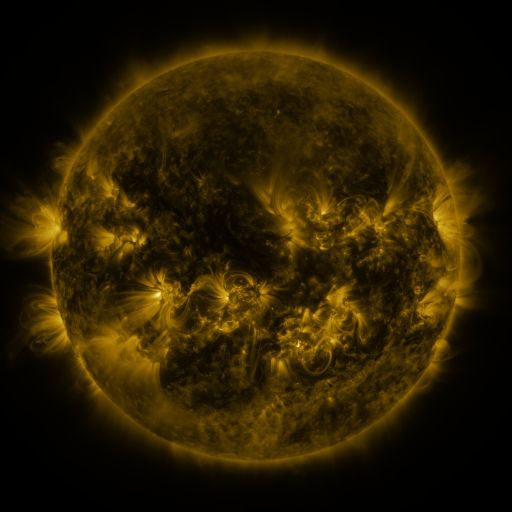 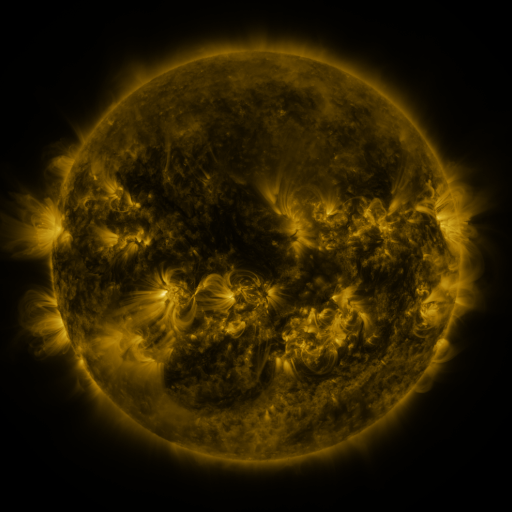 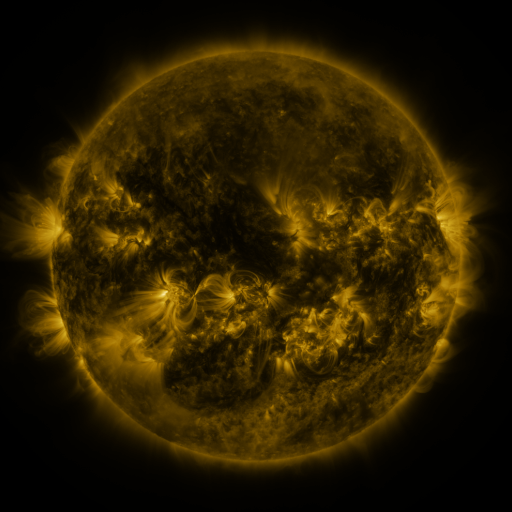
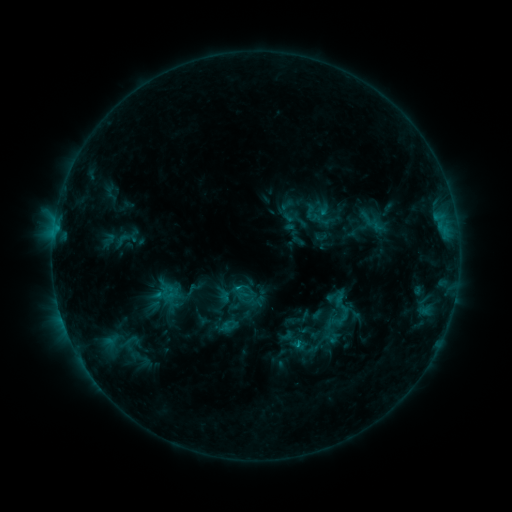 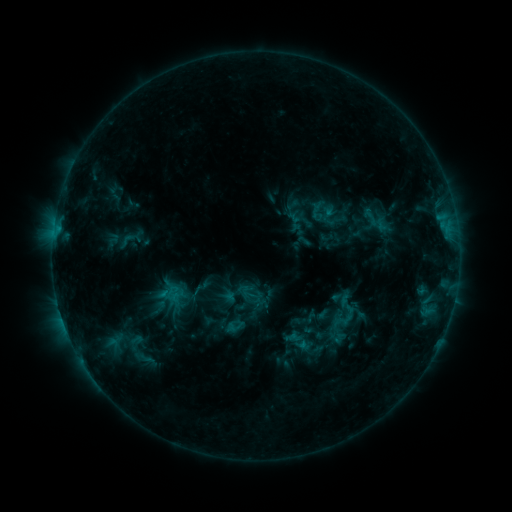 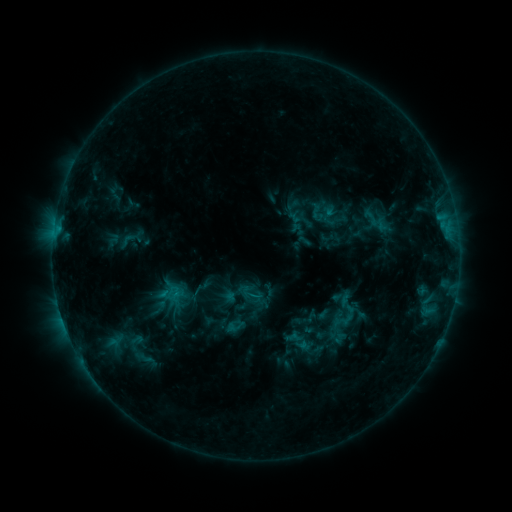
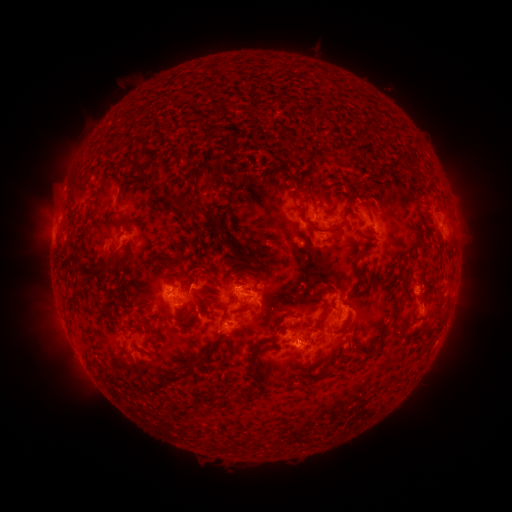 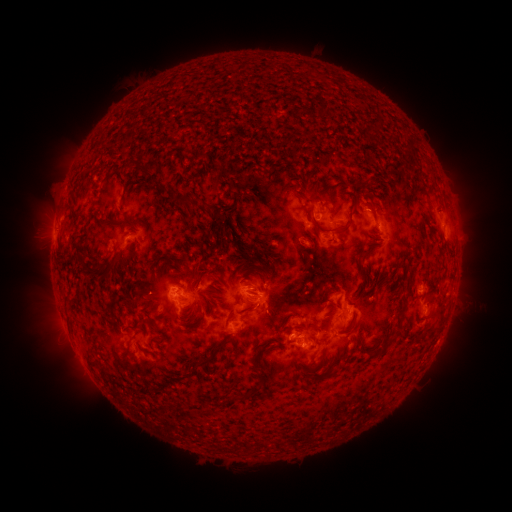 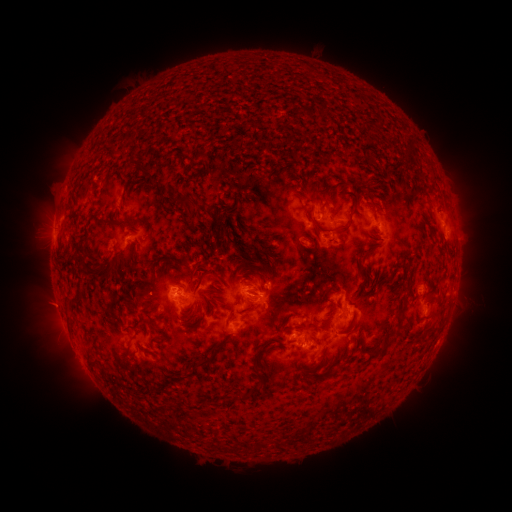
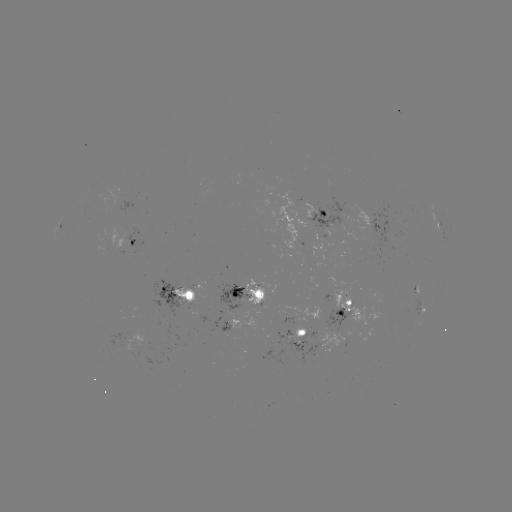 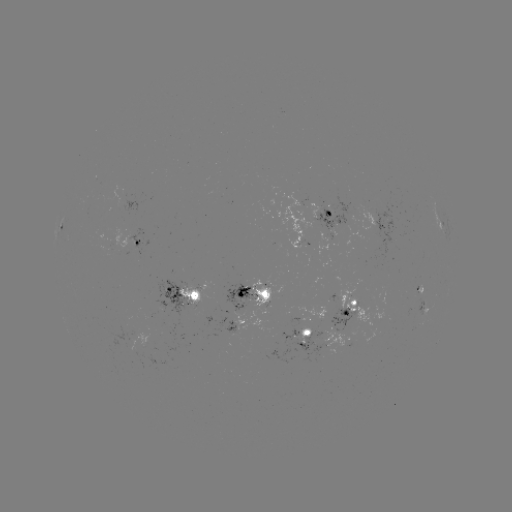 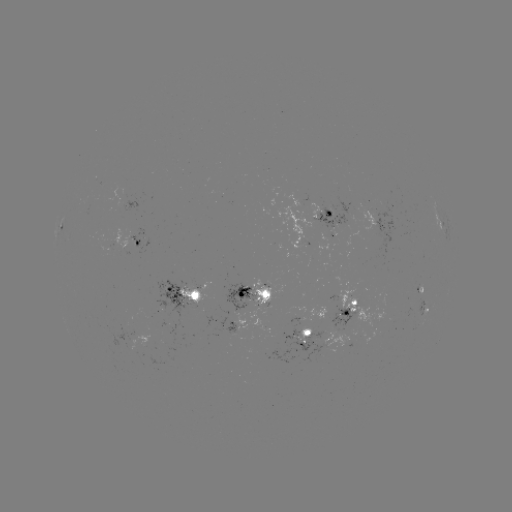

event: emerging-flux region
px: (330, 209)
